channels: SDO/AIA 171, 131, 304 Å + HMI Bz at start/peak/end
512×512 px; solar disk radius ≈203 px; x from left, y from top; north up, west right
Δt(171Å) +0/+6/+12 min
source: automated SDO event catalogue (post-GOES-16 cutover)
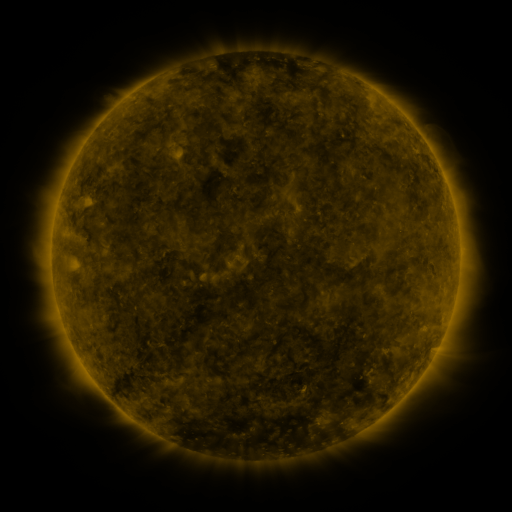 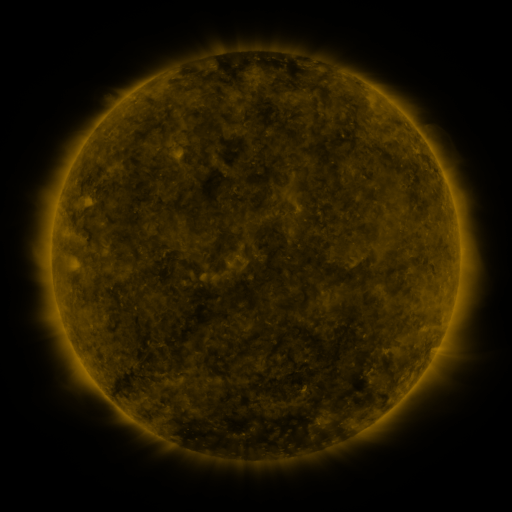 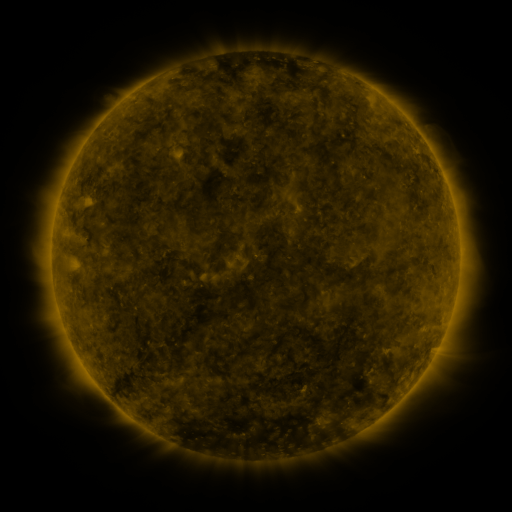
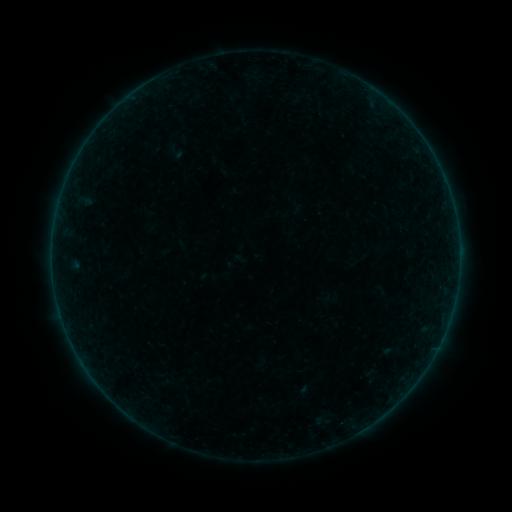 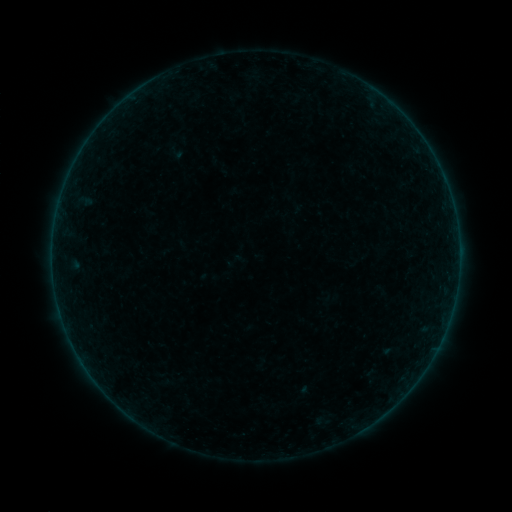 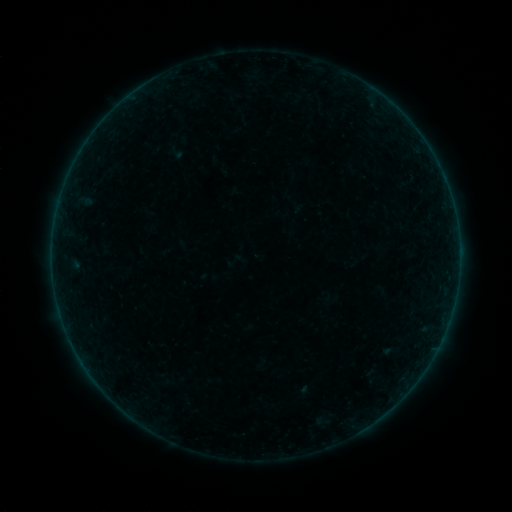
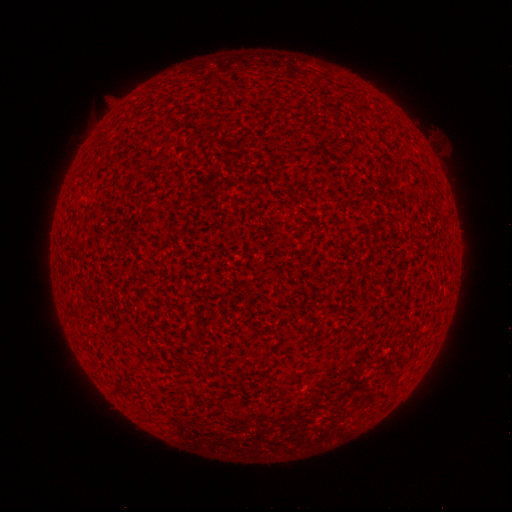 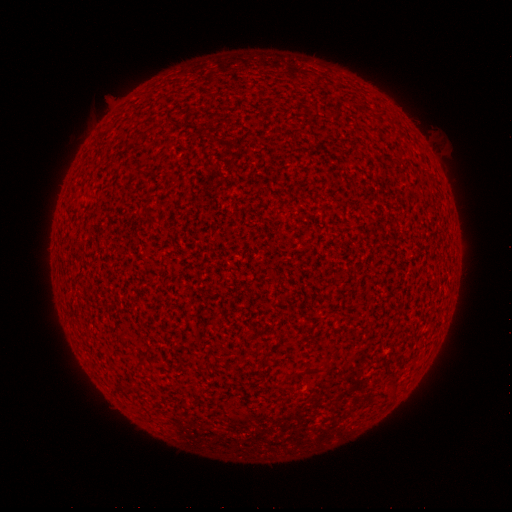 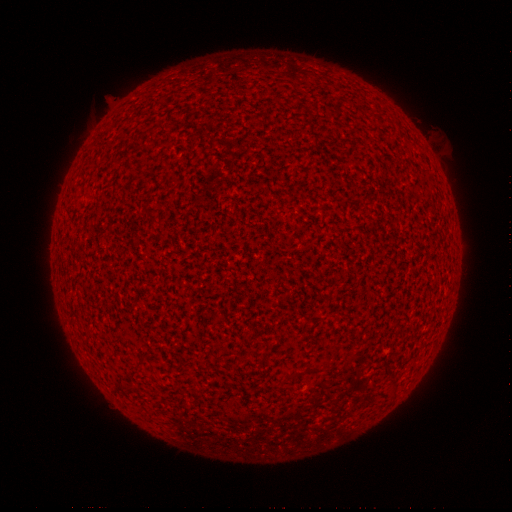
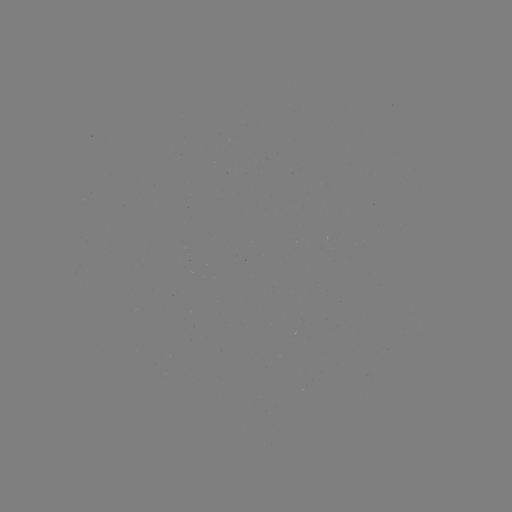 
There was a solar flare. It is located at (386, 350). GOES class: A8.5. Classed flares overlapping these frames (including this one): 1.